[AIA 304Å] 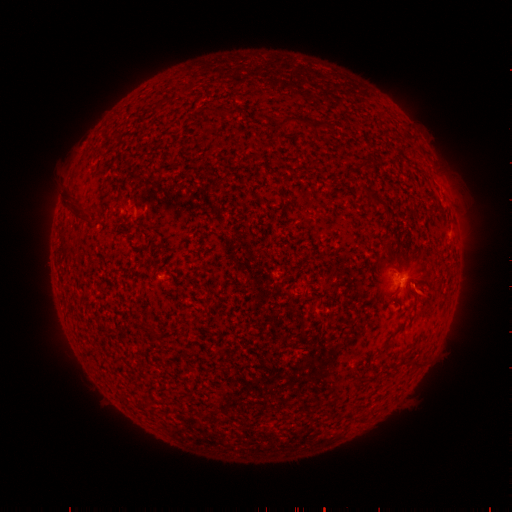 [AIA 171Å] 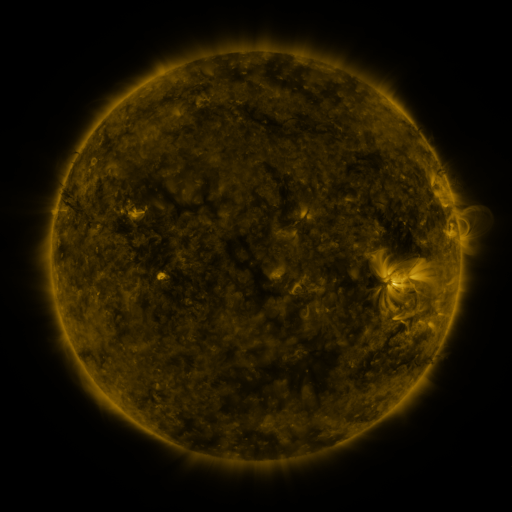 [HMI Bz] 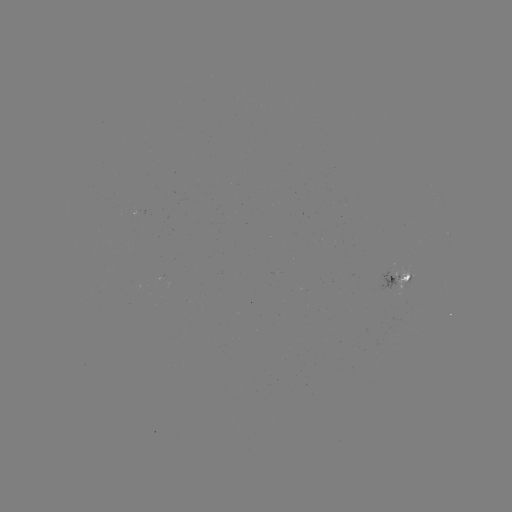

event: spotted active region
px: (399, 281)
